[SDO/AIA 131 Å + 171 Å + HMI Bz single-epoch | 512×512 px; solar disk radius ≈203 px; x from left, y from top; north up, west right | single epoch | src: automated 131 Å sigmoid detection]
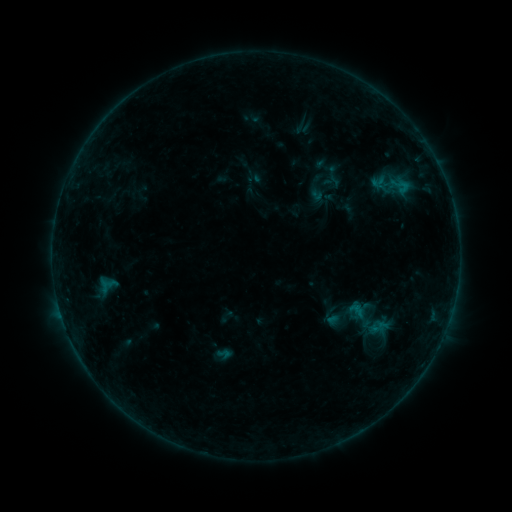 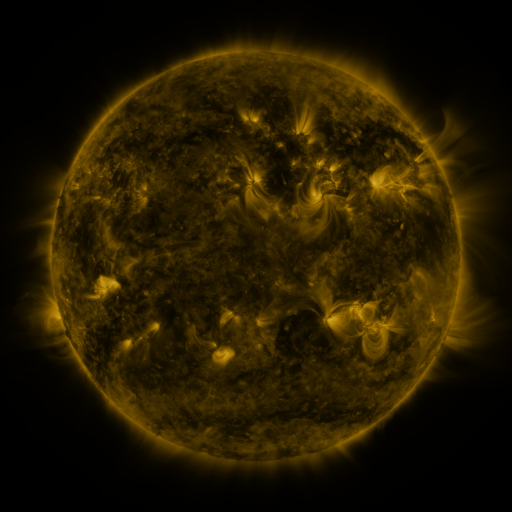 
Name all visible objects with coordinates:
sigmoid: (401, 185)
sigmoid: (378, 326)
